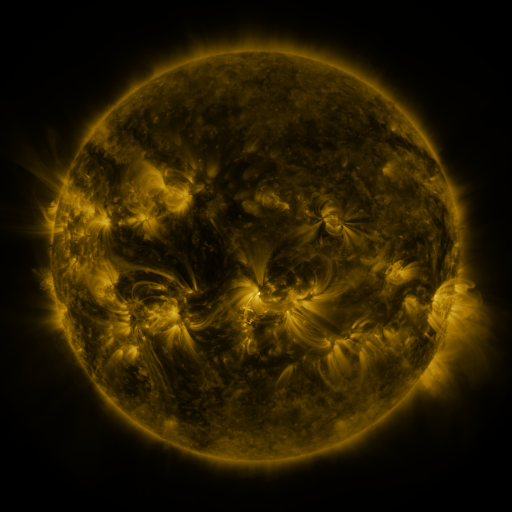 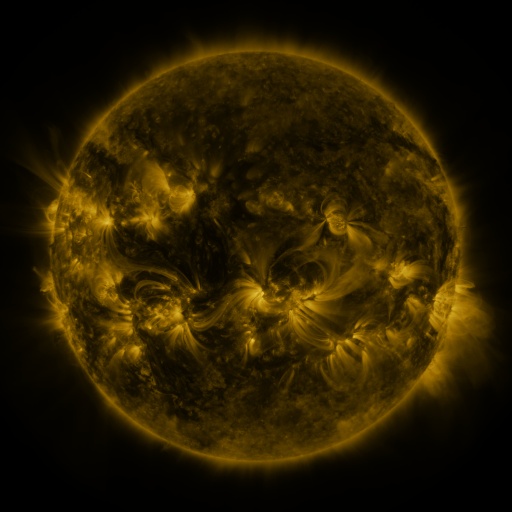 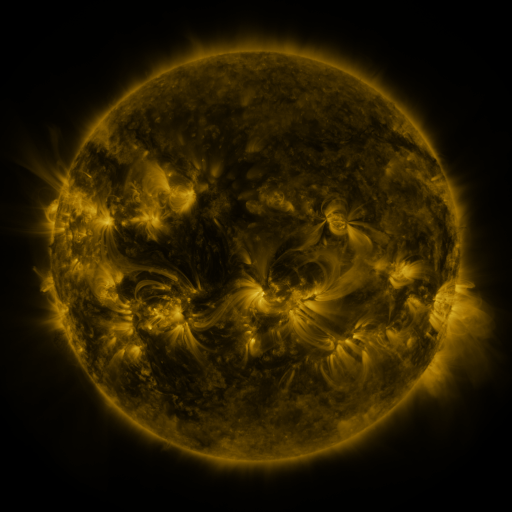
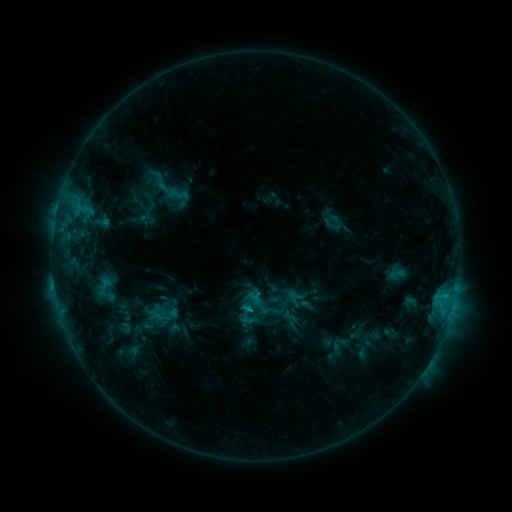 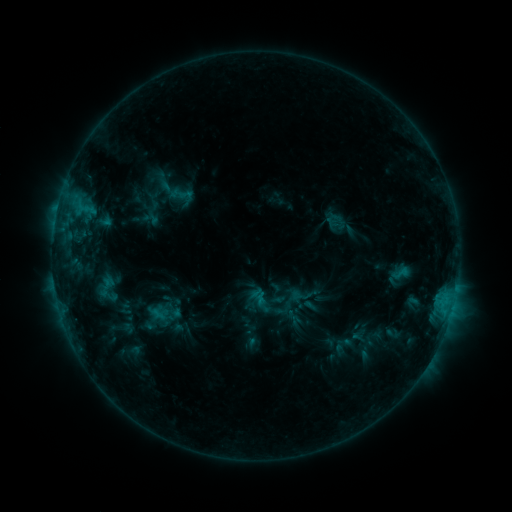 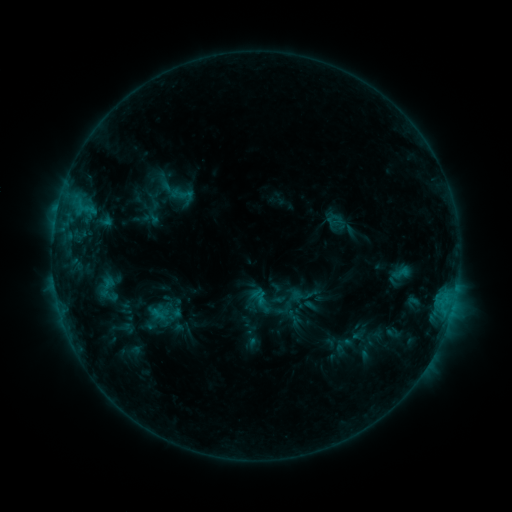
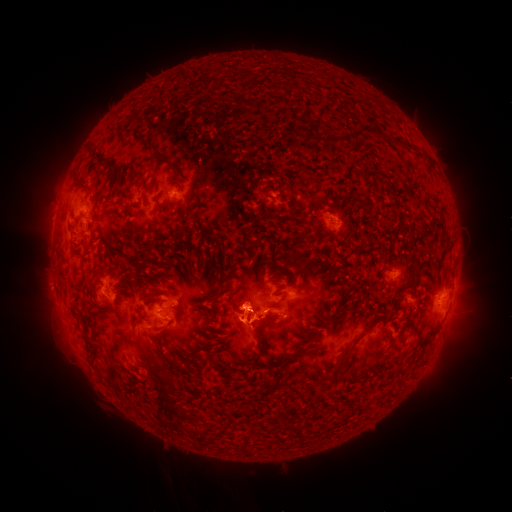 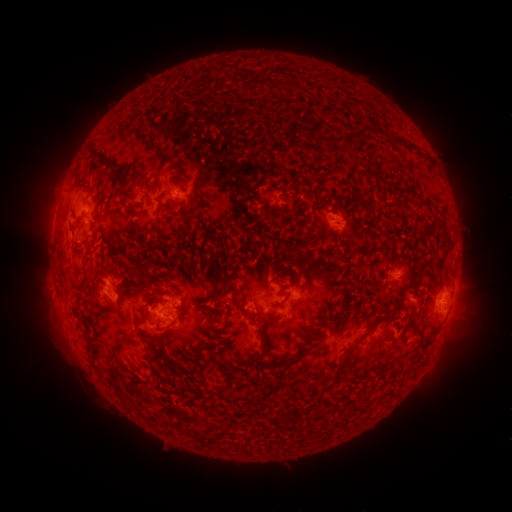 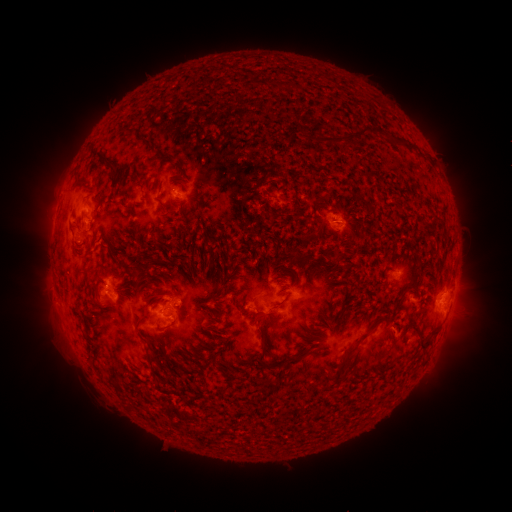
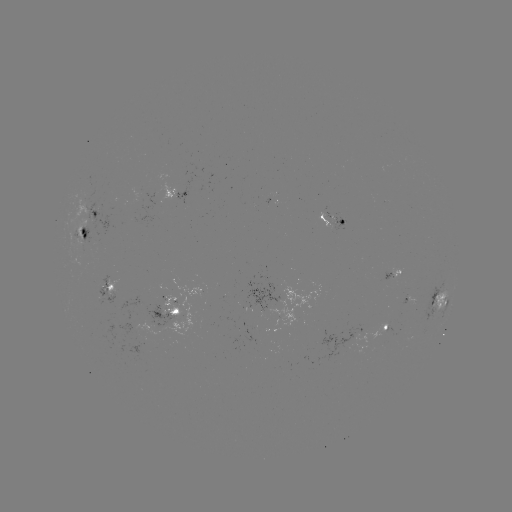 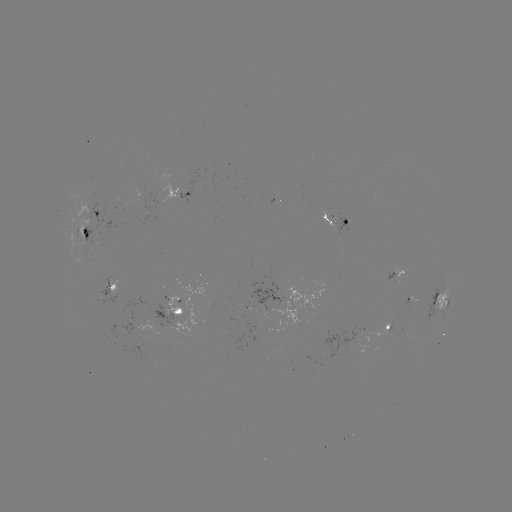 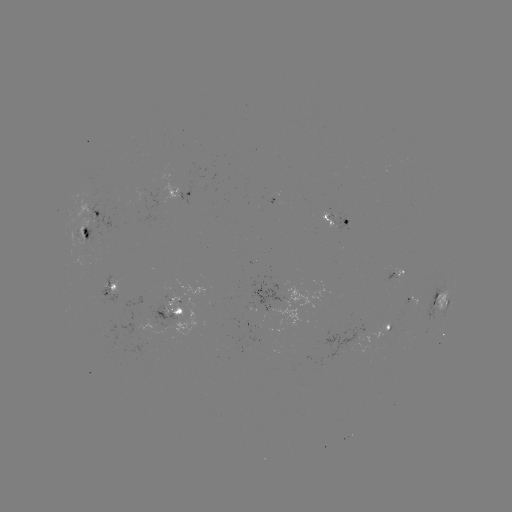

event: emerging-flux region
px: (89, 210)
